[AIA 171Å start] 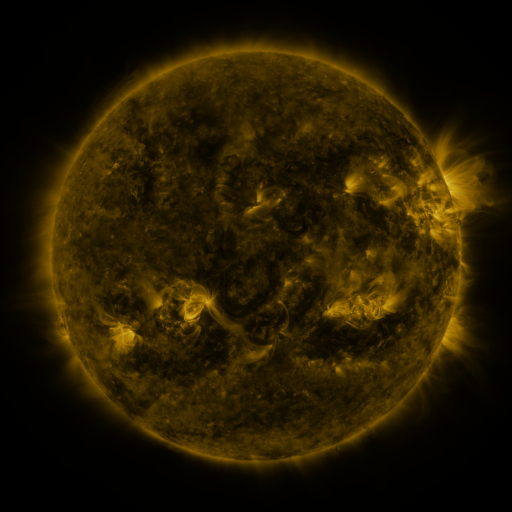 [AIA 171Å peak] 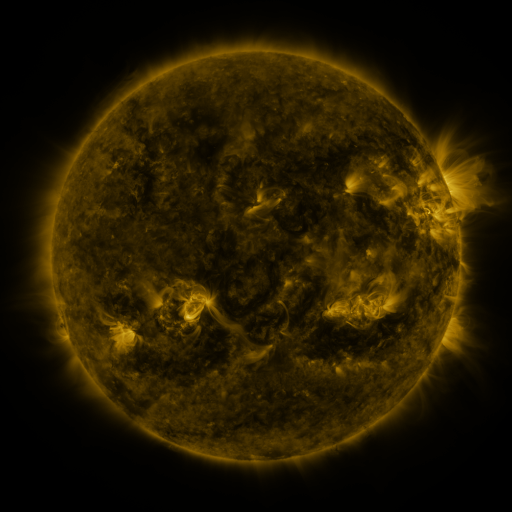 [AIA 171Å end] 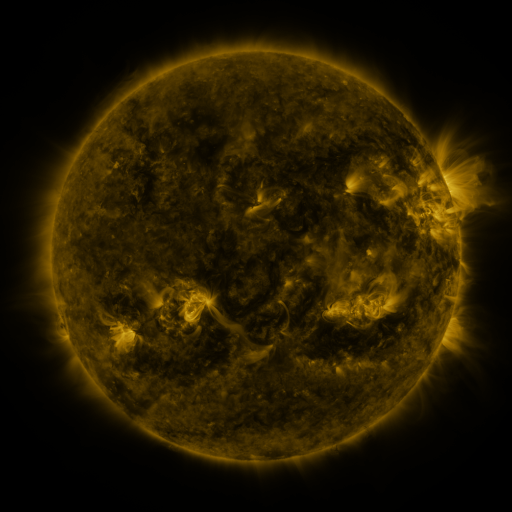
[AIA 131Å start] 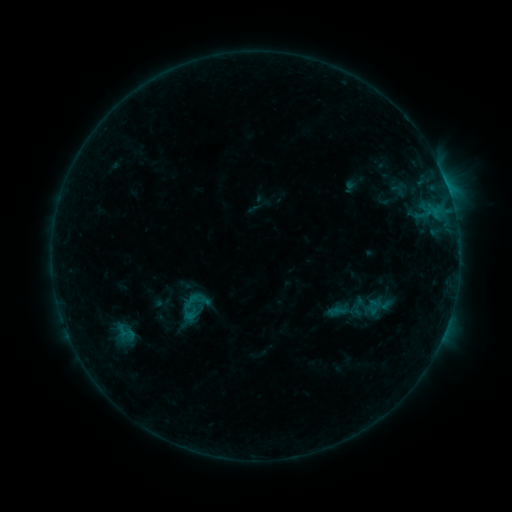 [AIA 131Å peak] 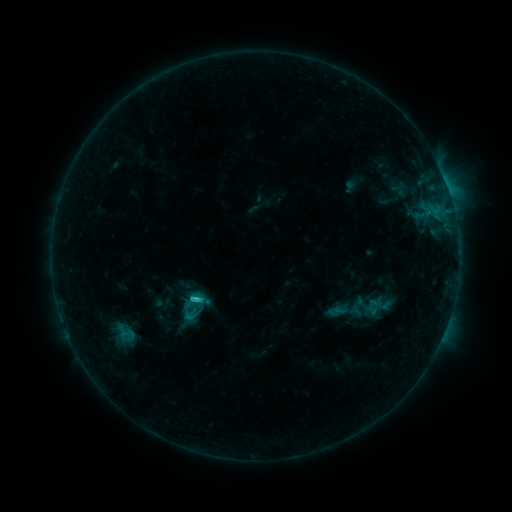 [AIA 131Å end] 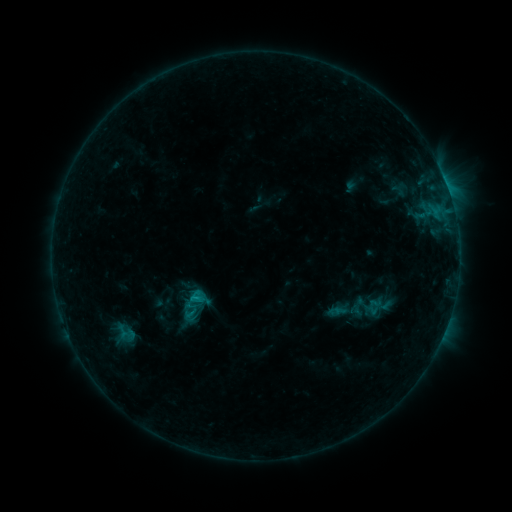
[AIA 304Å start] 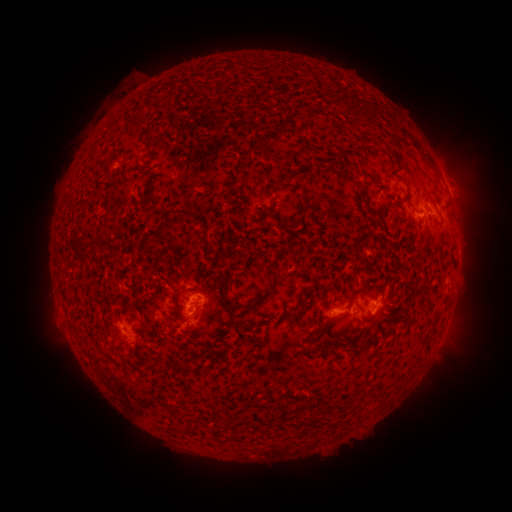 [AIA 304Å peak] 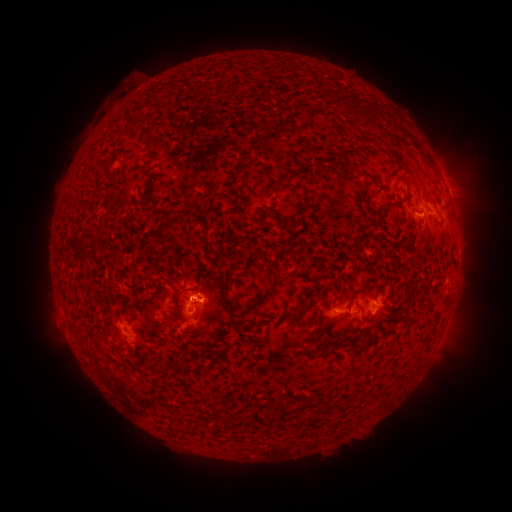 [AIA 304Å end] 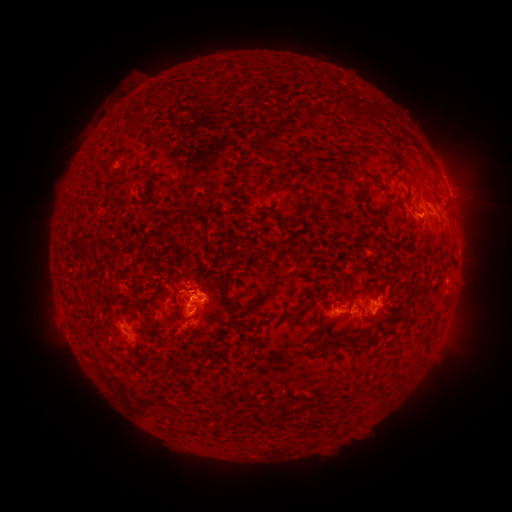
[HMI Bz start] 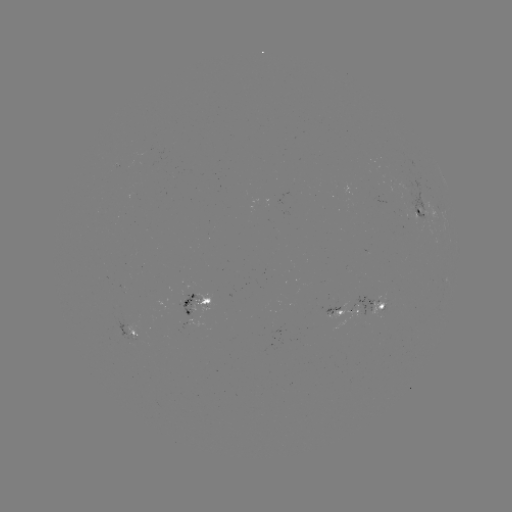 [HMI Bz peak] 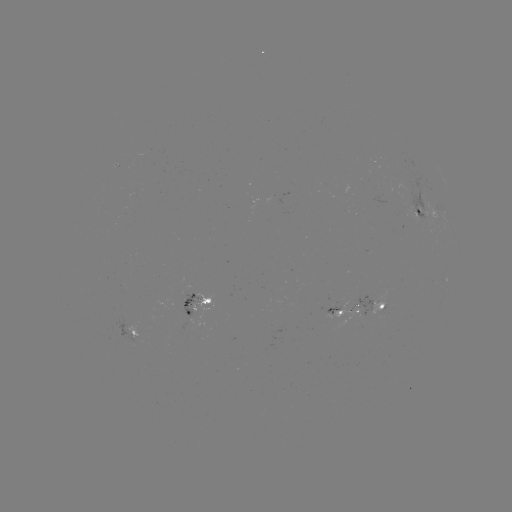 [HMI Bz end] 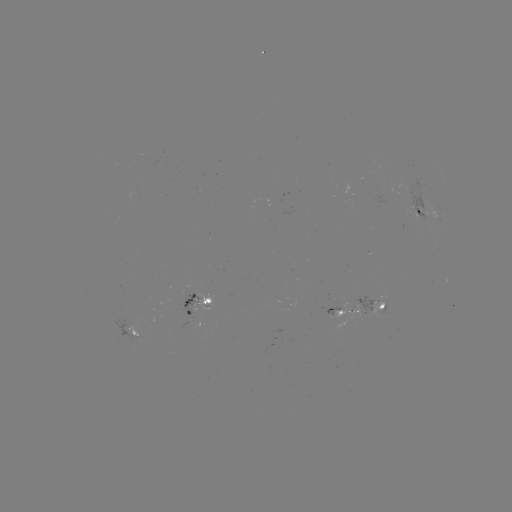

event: flare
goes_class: C1.3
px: (198, 297)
